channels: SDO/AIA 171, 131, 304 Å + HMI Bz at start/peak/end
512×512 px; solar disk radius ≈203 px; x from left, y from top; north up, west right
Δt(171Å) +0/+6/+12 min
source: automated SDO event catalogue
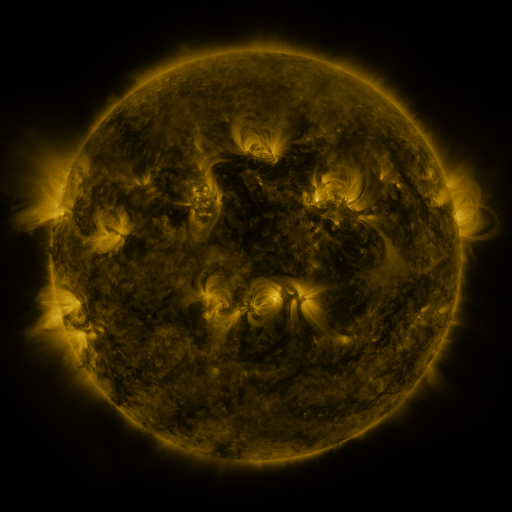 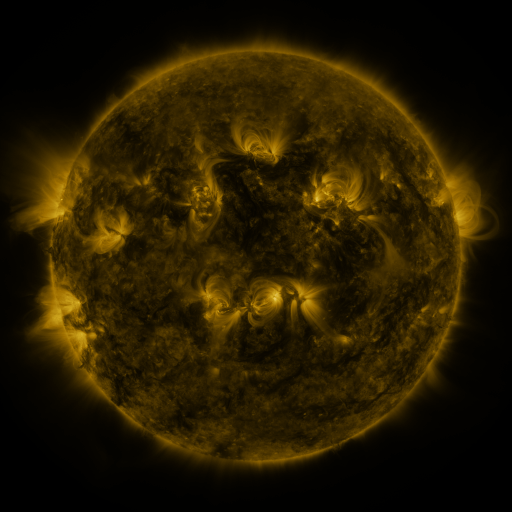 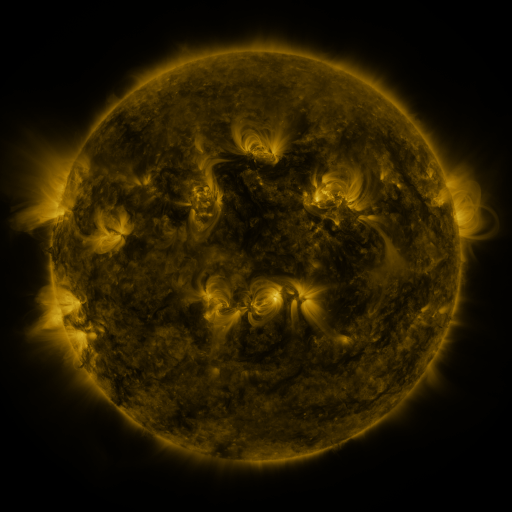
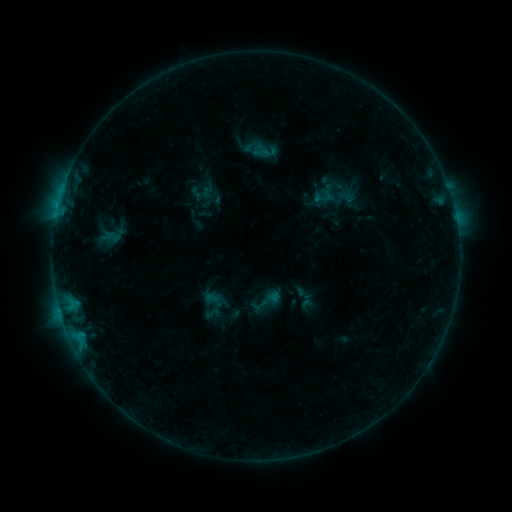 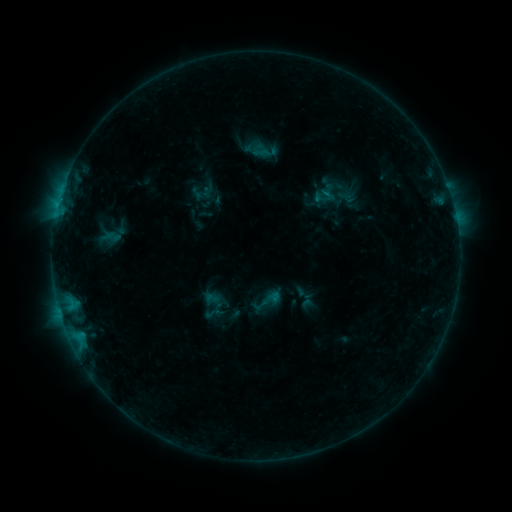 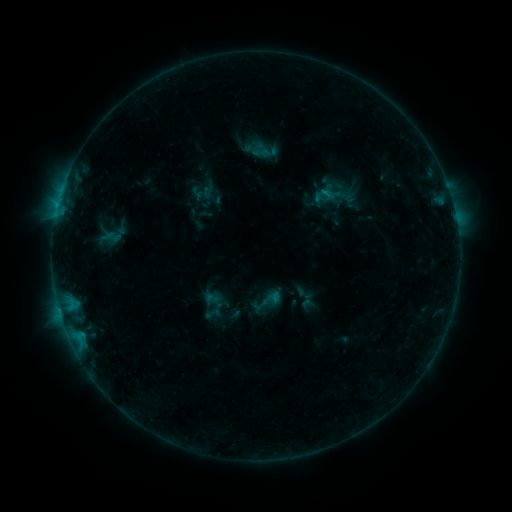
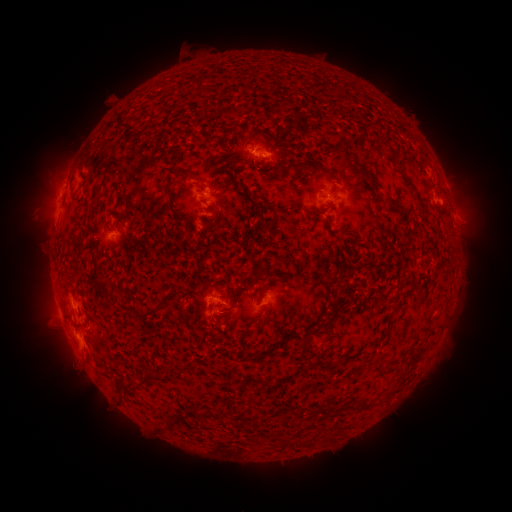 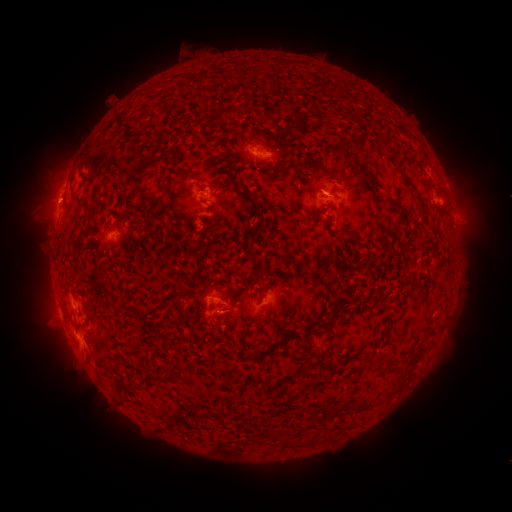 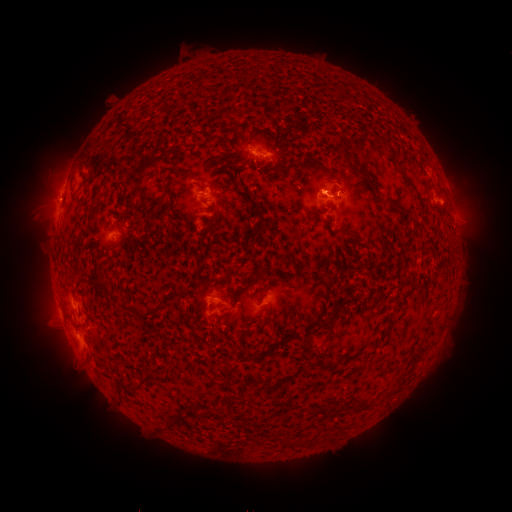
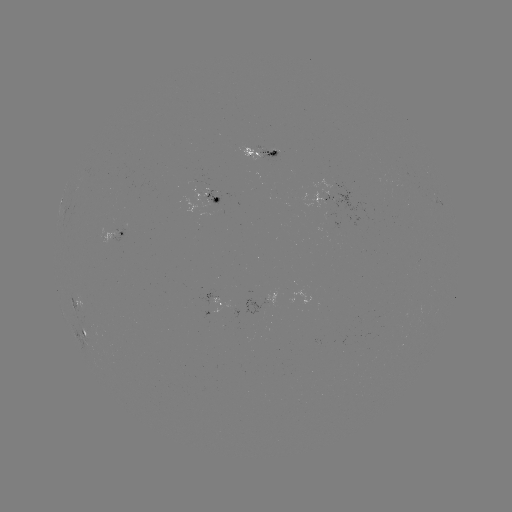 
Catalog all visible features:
eruption: (52, 200)
